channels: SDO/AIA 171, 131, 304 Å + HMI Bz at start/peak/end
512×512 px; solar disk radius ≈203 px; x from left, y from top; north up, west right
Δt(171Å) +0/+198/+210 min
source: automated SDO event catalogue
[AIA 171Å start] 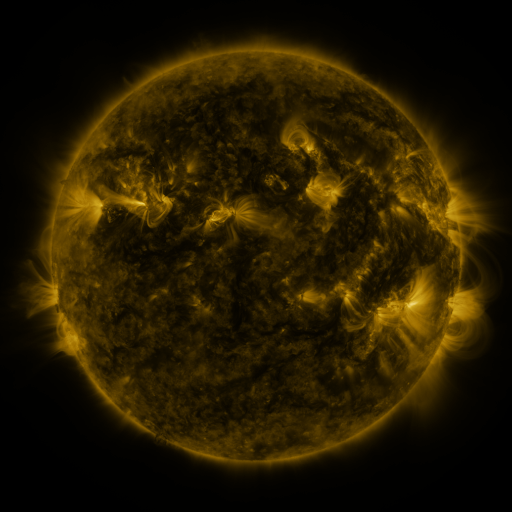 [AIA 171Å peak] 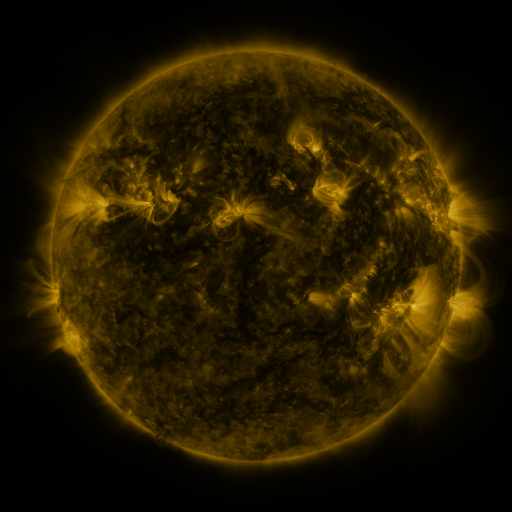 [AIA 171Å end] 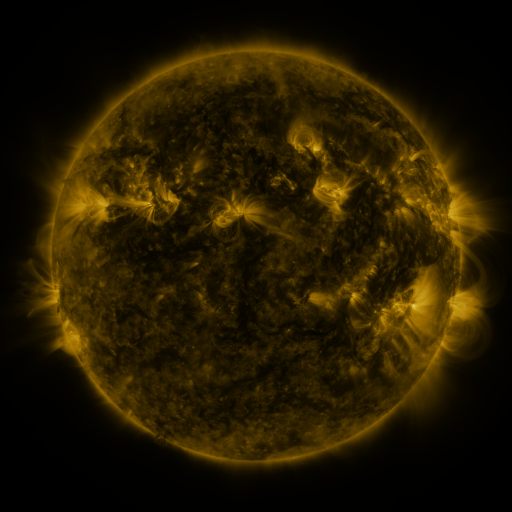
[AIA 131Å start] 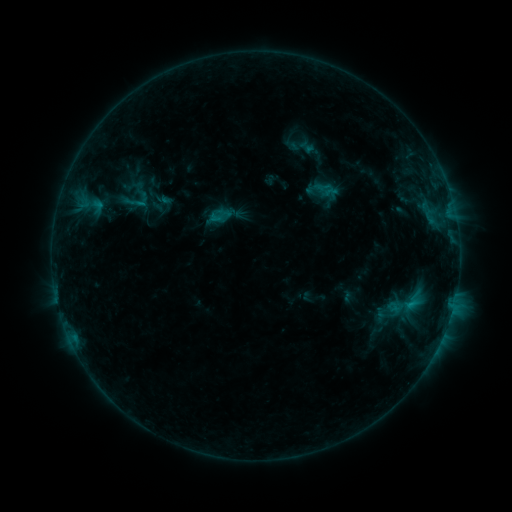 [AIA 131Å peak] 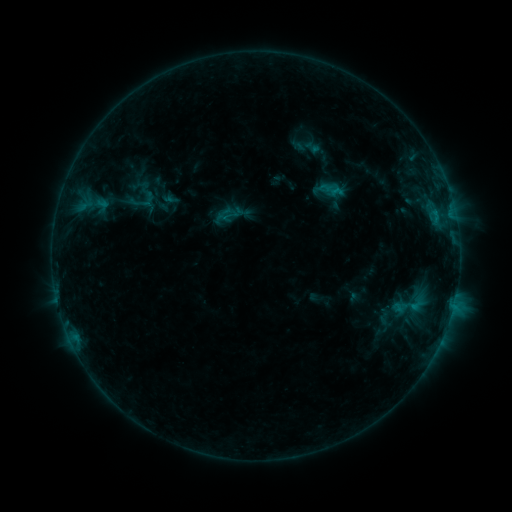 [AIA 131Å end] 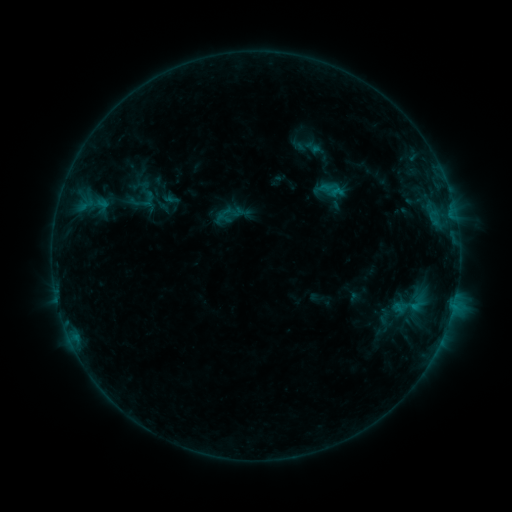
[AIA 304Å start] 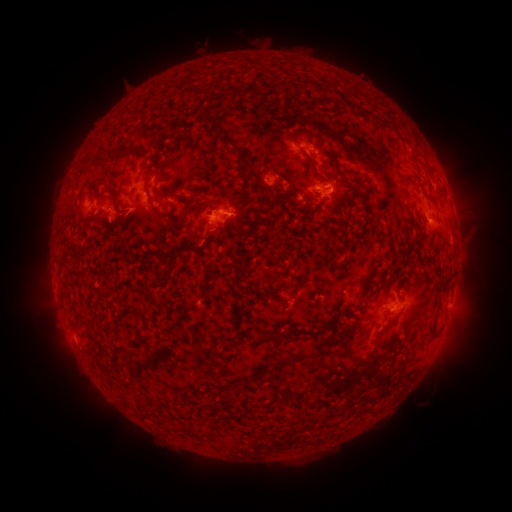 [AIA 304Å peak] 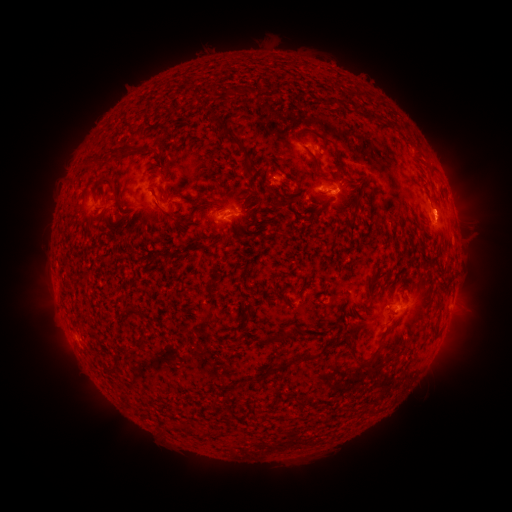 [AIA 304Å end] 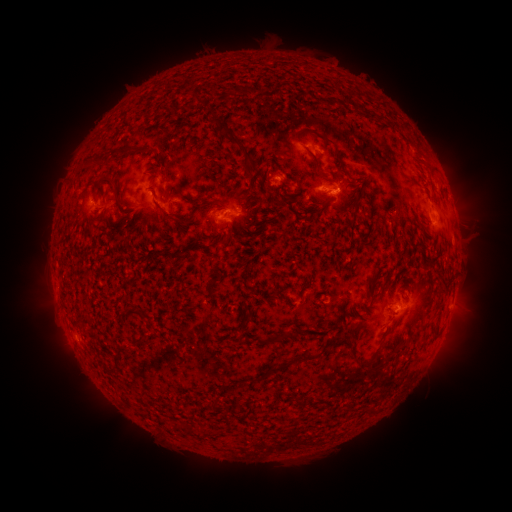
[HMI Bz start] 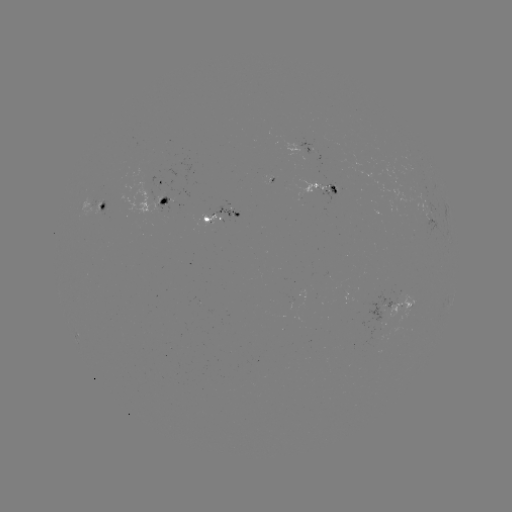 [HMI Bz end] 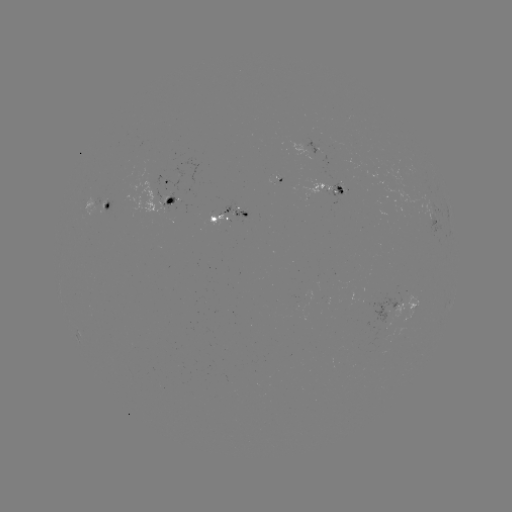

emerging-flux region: <bbox>221, 200, 247, 219</bbox>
